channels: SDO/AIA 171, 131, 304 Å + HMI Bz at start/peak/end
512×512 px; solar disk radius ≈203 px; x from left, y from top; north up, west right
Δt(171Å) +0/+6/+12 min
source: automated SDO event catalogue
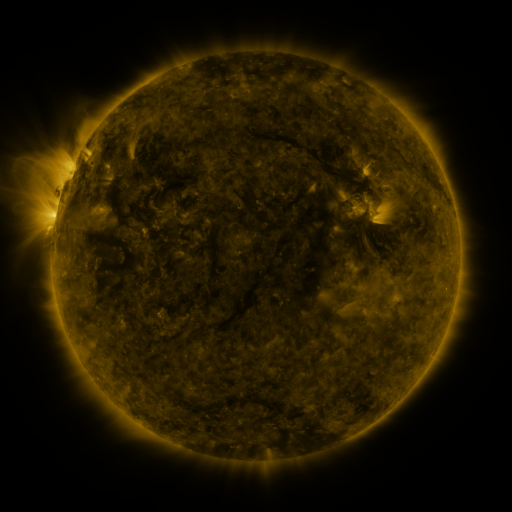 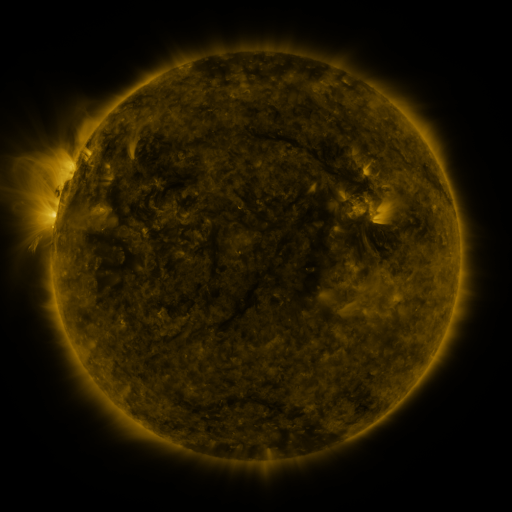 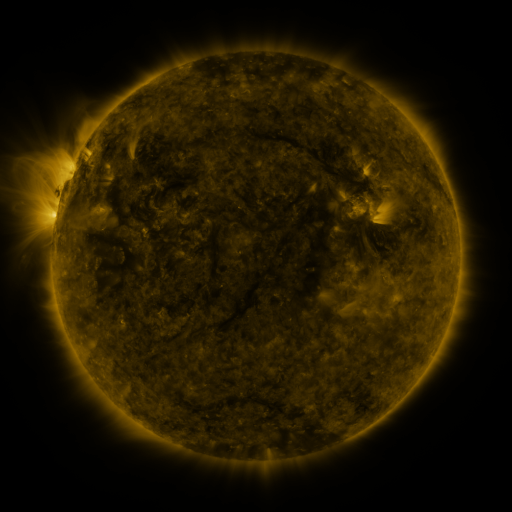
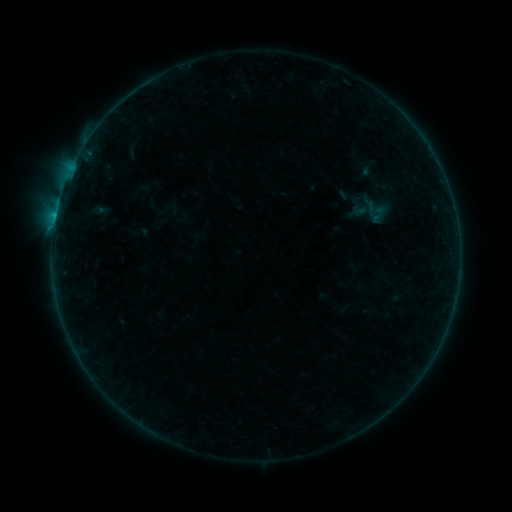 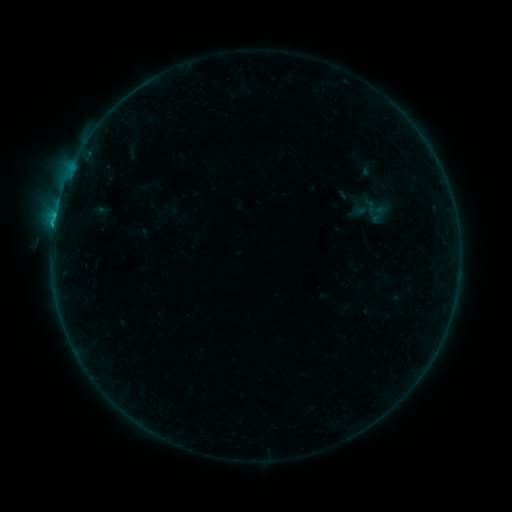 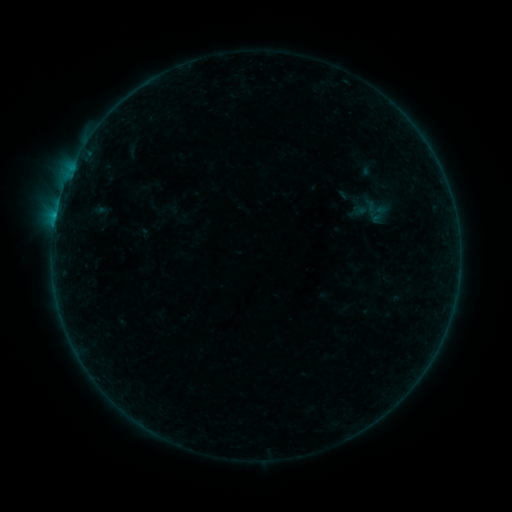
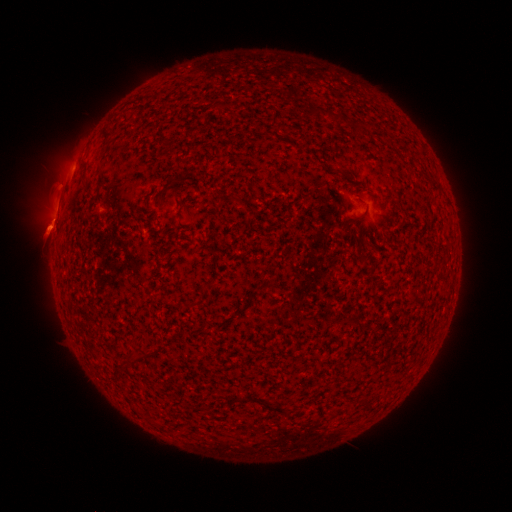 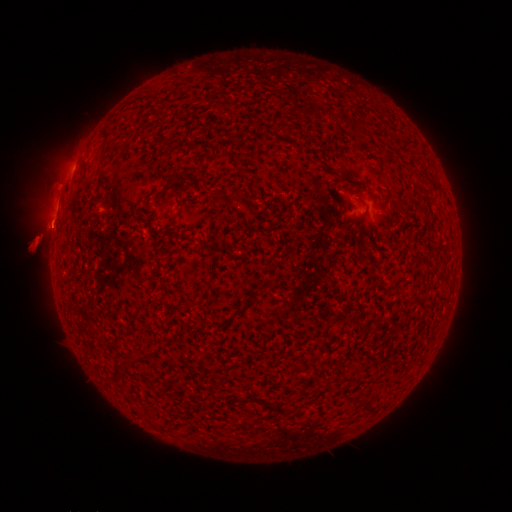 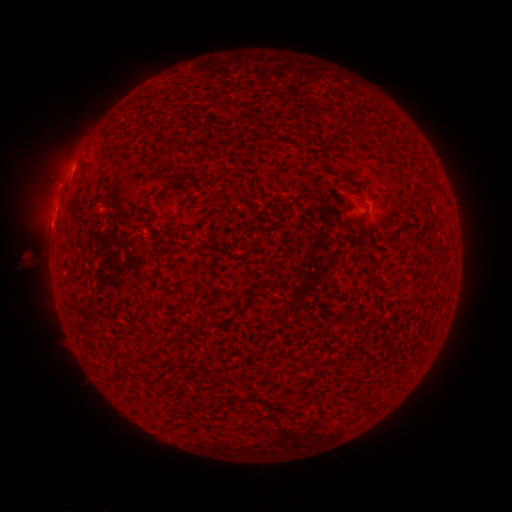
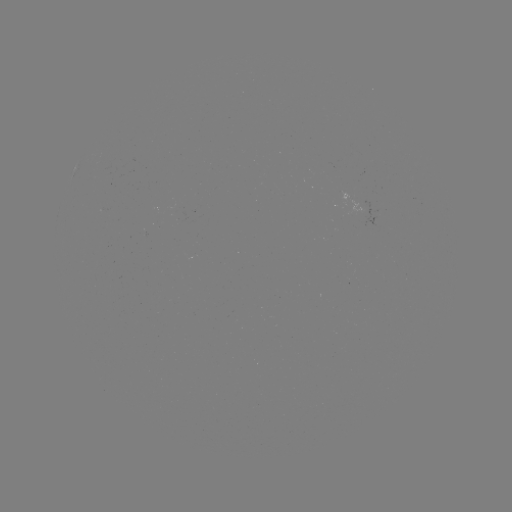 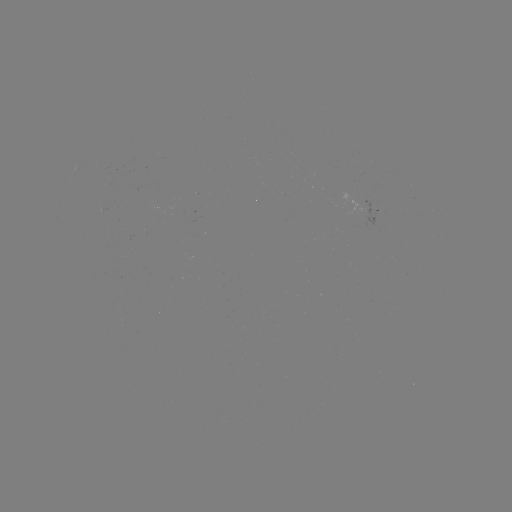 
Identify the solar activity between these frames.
B3.6 flare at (54, 227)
